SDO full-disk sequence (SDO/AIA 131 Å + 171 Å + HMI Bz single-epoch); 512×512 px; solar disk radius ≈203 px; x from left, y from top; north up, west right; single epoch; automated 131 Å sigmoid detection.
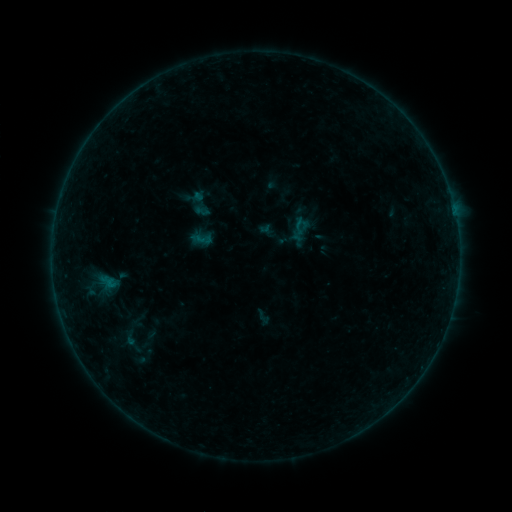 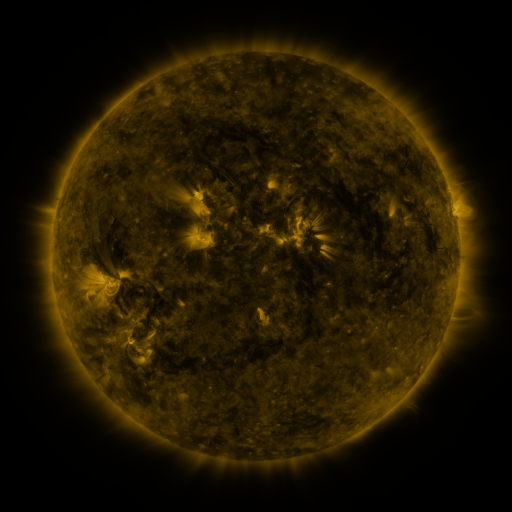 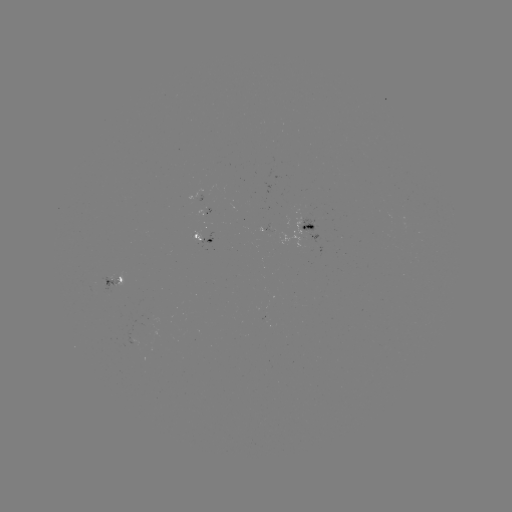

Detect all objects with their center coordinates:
sigmoid: (192, 228, 213, 250)
sigmoid: (116, 328, 144, 347)
